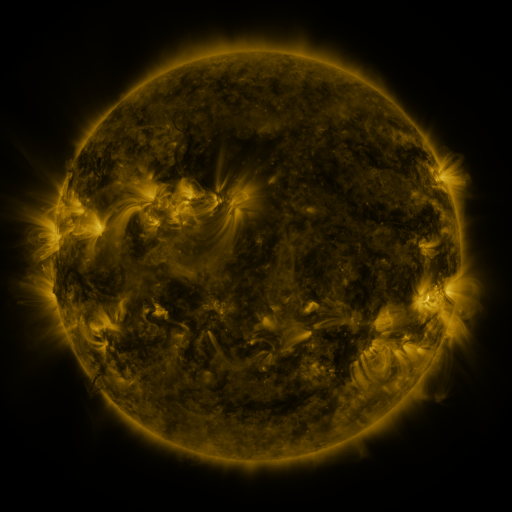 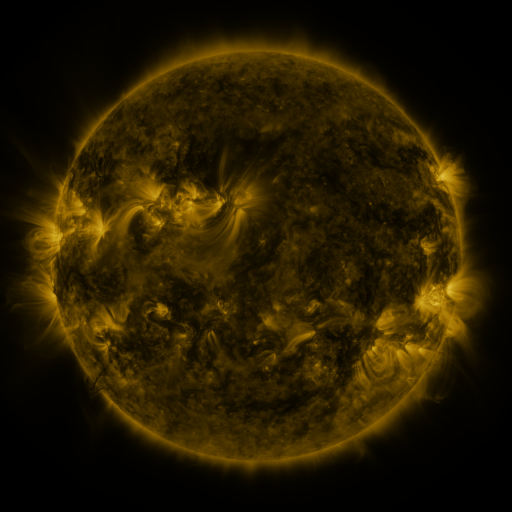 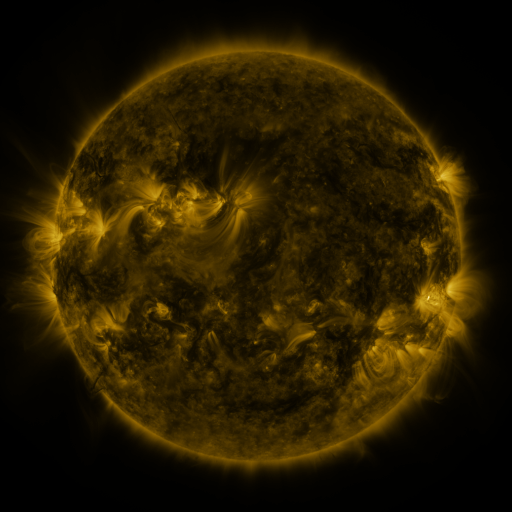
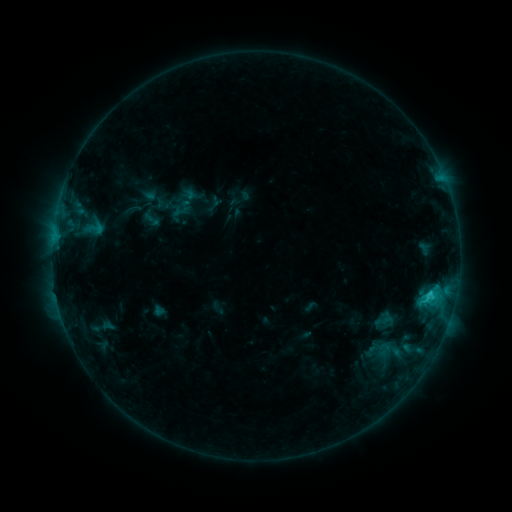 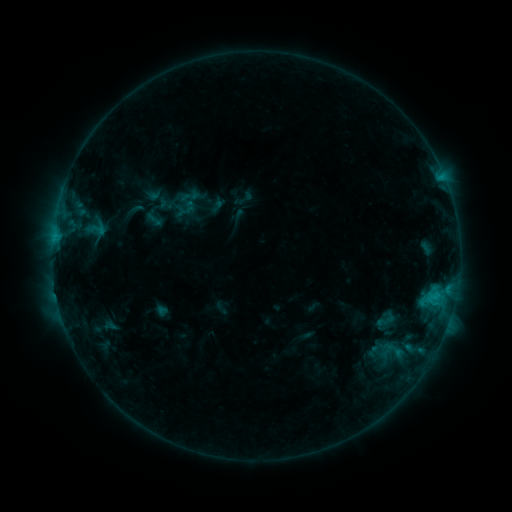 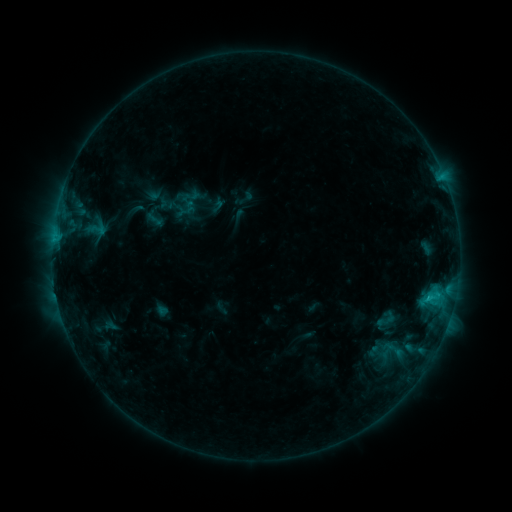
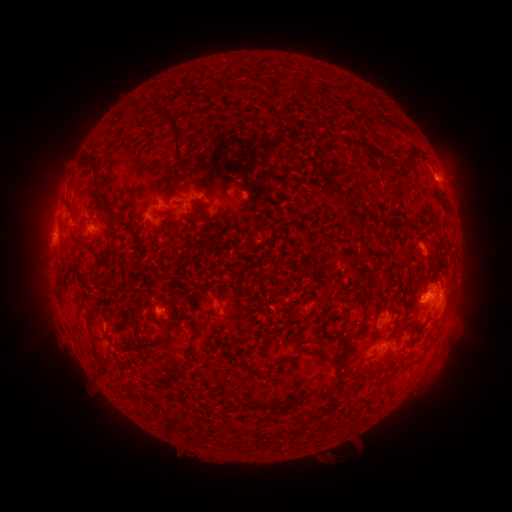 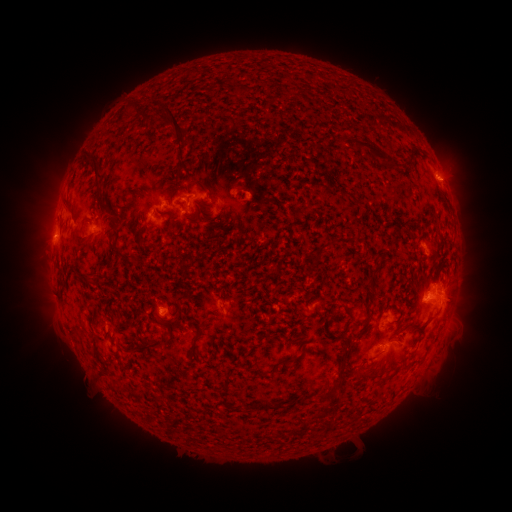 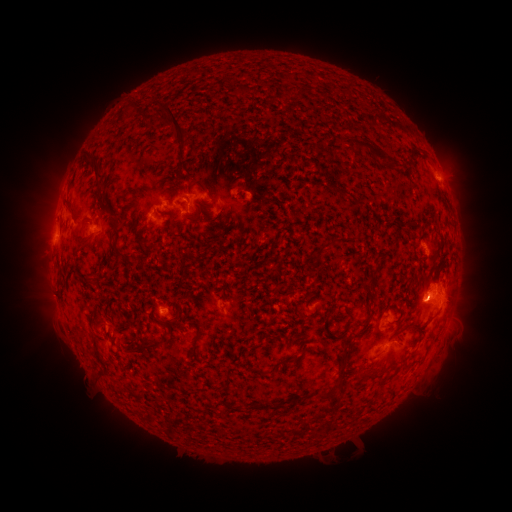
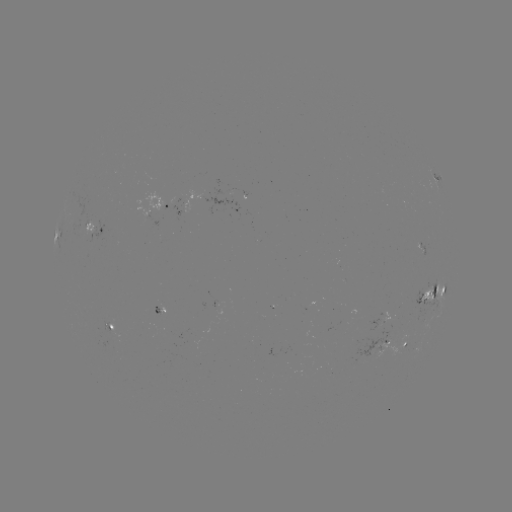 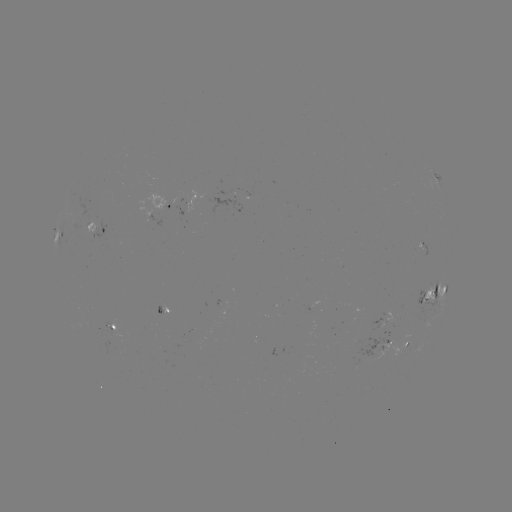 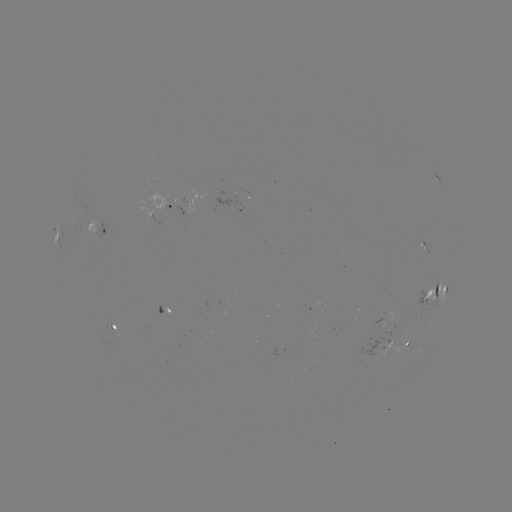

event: emerging-flux region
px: (162, 313)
